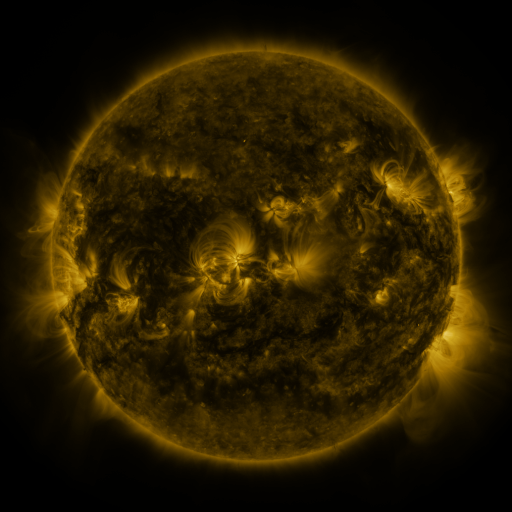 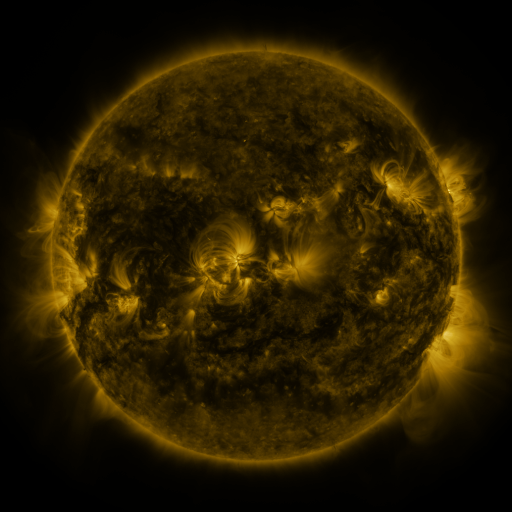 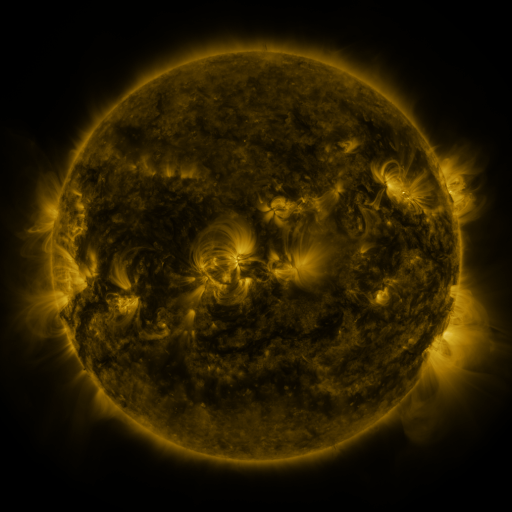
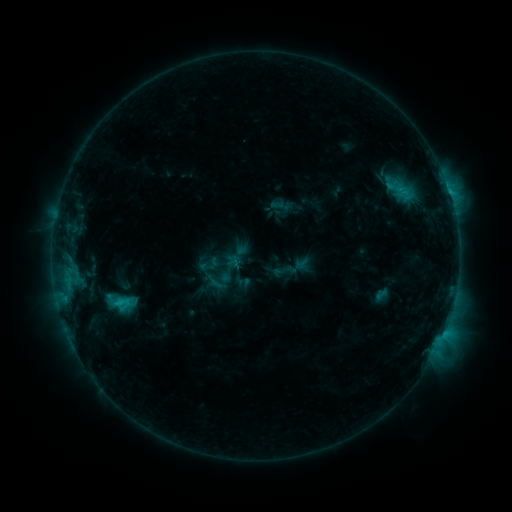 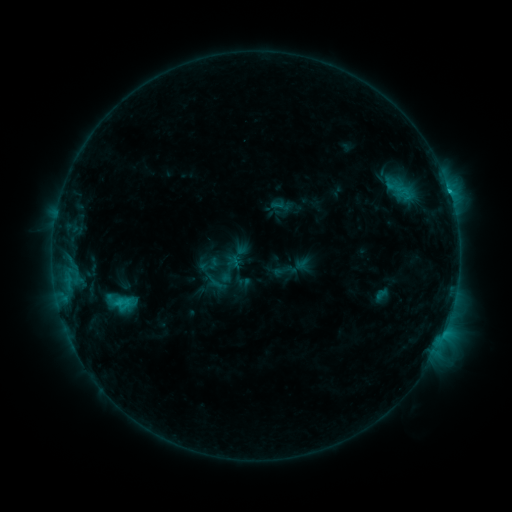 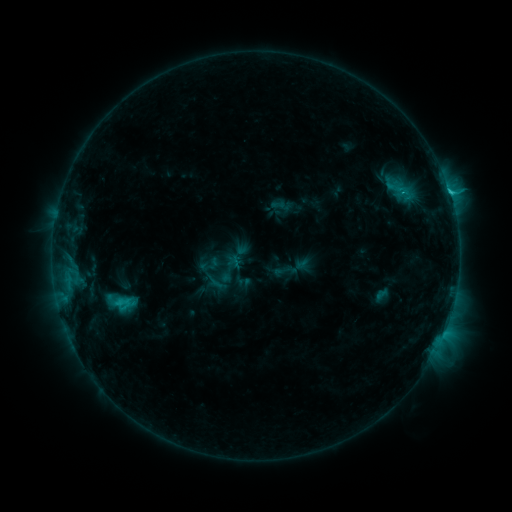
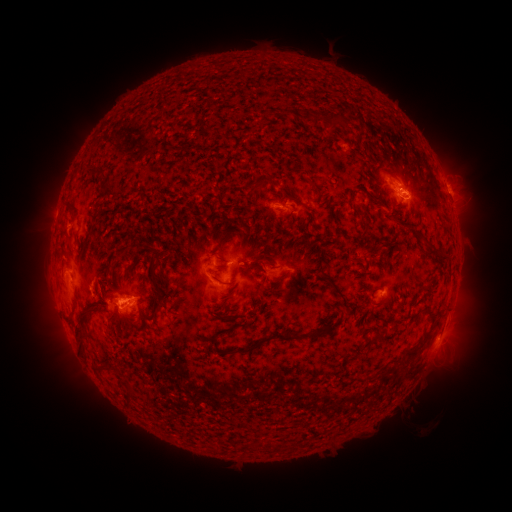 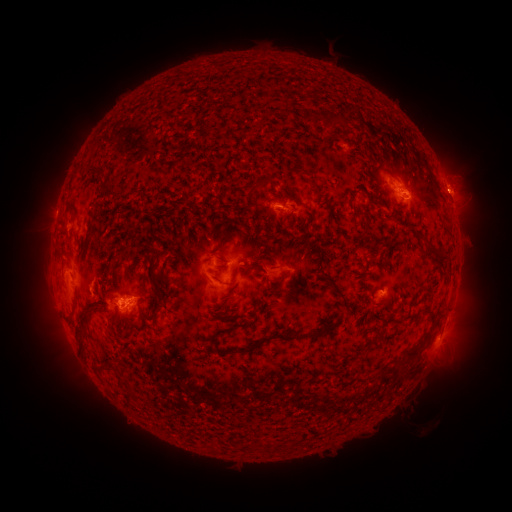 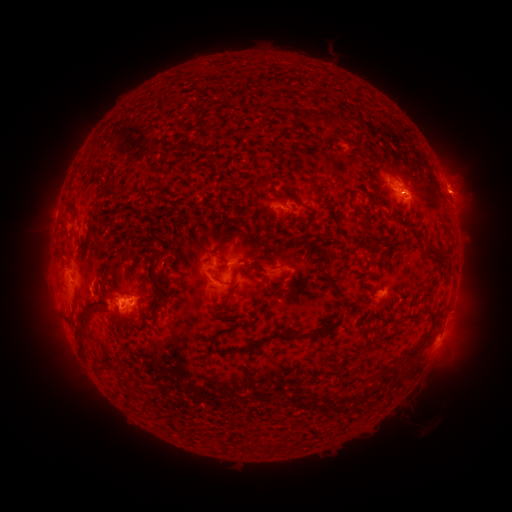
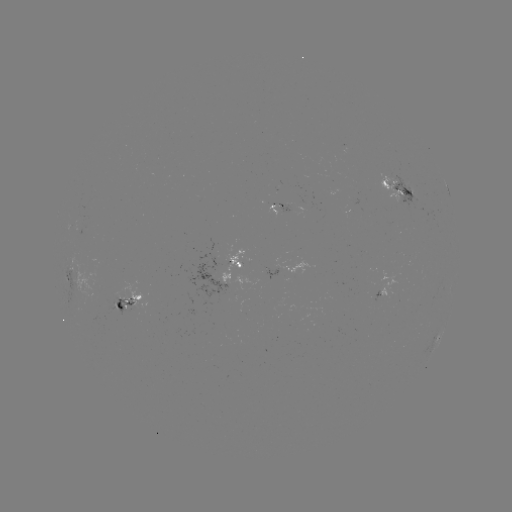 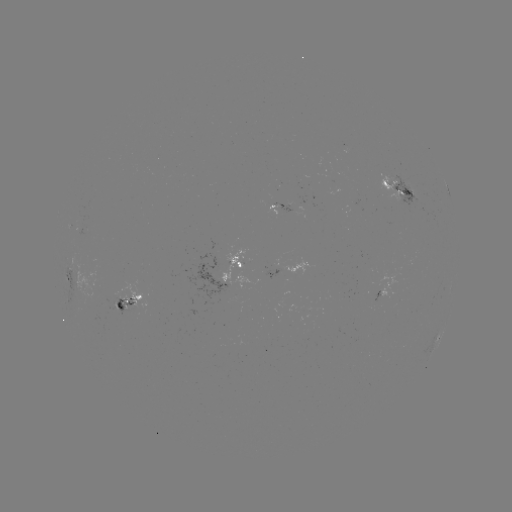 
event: eruption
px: (460, 193)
